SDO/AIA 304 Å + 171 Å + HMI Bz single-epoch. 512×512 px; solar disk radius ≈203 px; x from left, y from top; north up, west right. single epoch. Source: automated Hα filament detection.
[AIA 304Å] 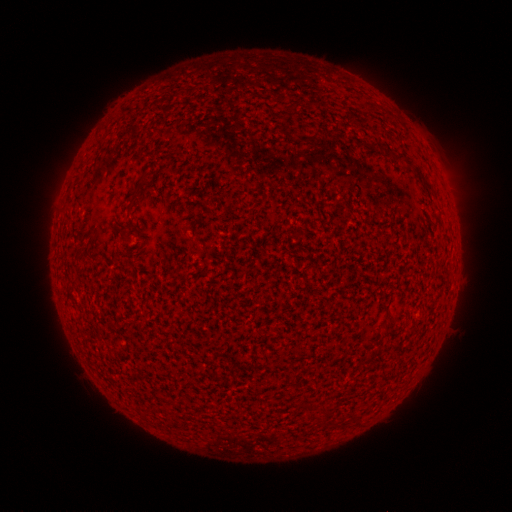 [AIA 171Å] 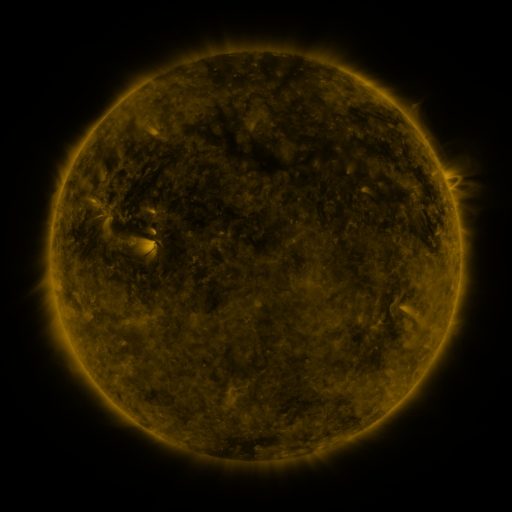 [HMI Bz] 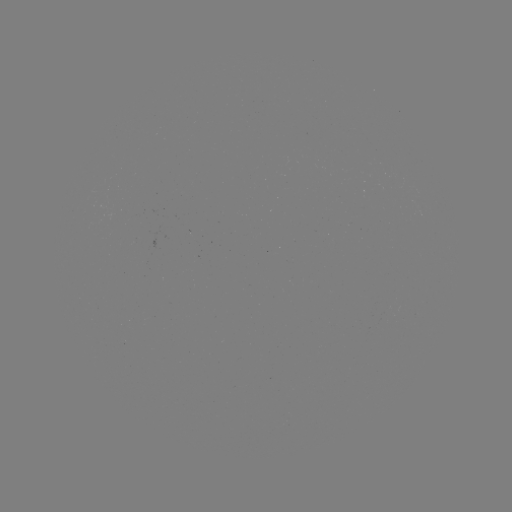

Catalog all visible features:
filament: (400, 155)
filament: (428, 184)
filament: (136, 192)
filament: (312, 405)
filament: (328, 412)
